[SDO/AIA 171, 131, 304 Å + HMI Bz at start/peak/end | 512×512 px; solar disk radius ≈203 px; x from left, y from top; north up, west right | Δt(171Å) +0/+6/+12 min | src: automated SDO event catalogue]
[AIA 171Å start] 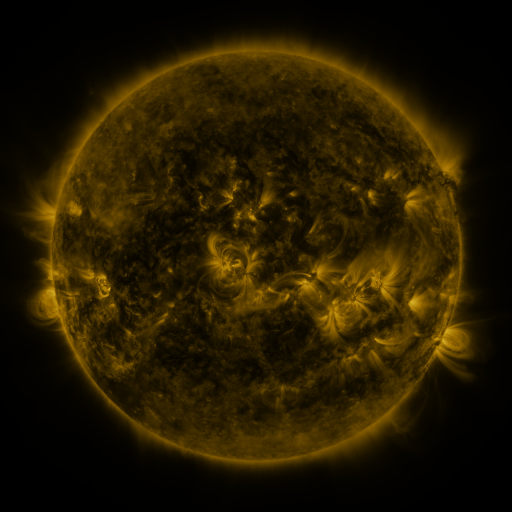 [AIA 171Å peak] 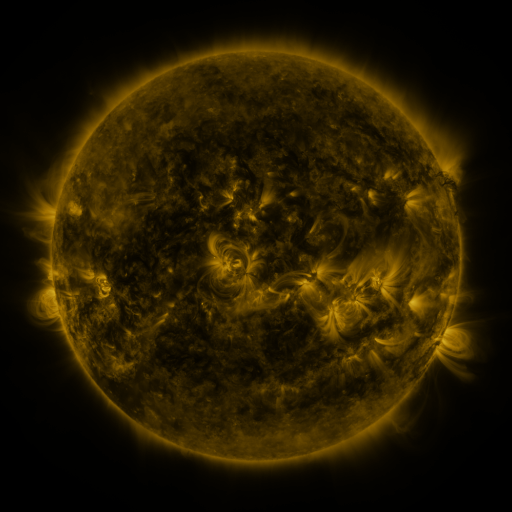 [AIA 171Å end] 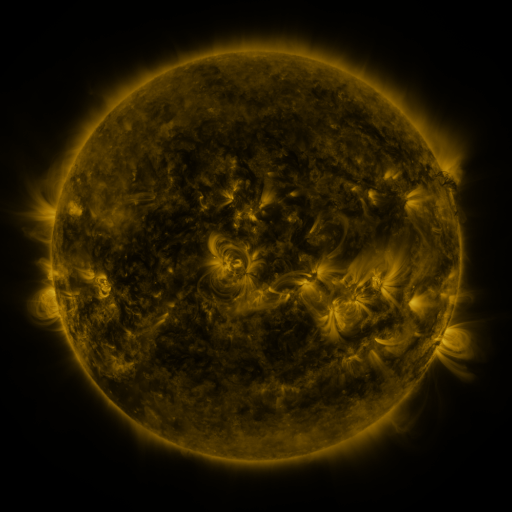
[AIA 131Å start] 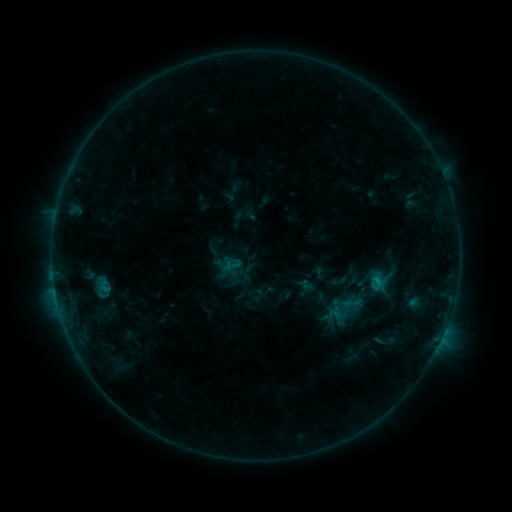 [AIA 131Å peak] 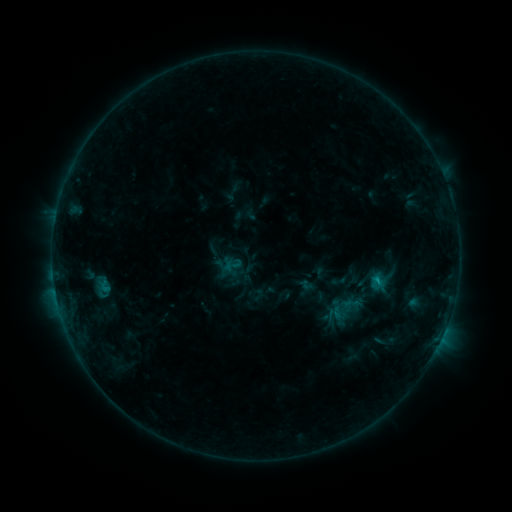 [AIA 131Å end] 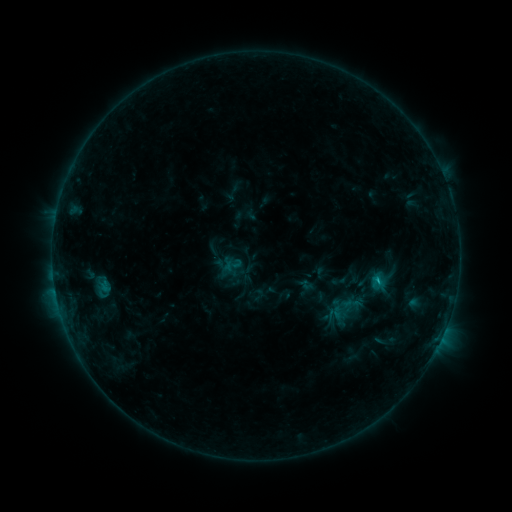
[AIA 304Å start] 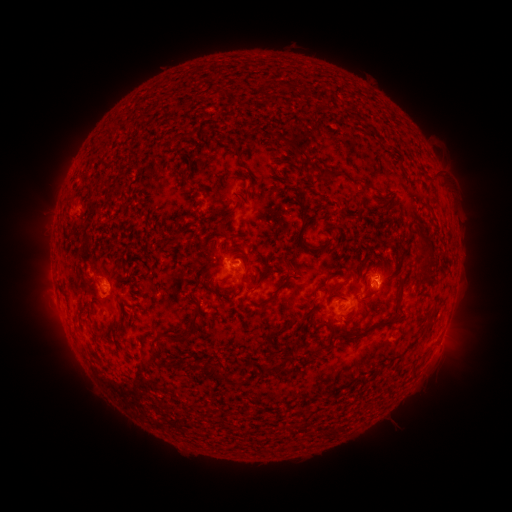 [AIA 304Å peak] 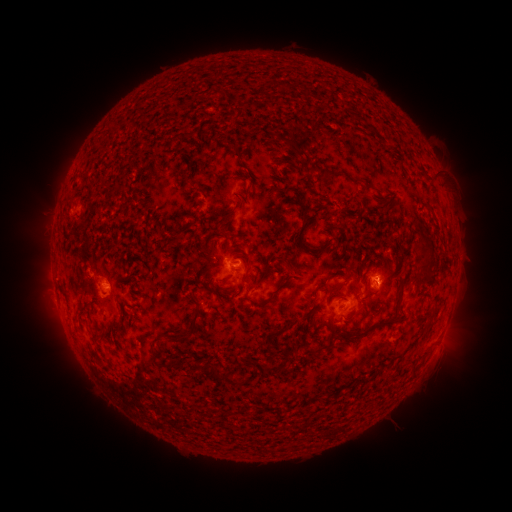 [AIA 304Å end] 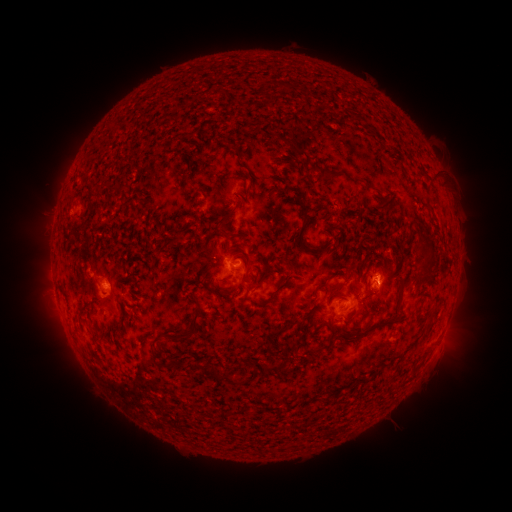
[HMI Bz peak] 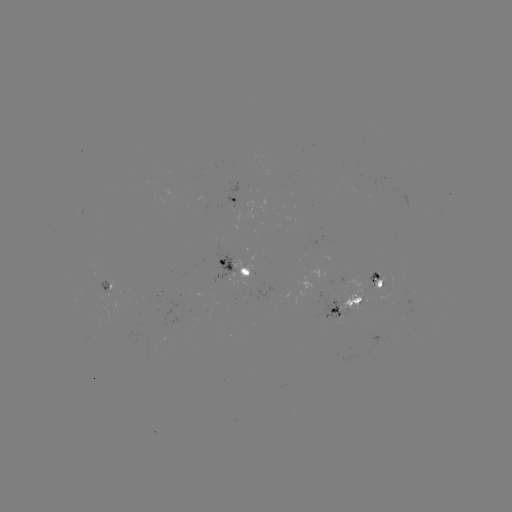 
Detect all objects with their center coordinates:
B8.7 flare: (376, 280)
